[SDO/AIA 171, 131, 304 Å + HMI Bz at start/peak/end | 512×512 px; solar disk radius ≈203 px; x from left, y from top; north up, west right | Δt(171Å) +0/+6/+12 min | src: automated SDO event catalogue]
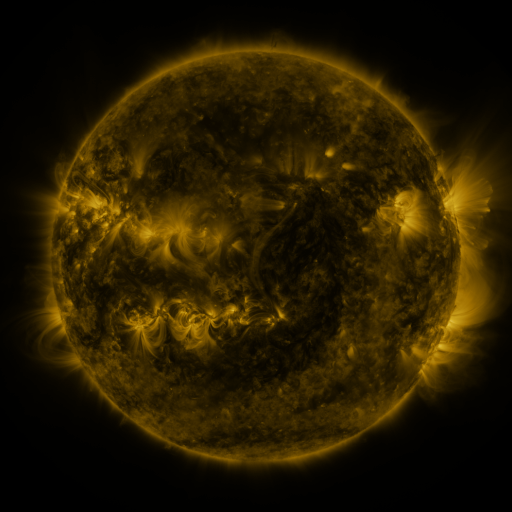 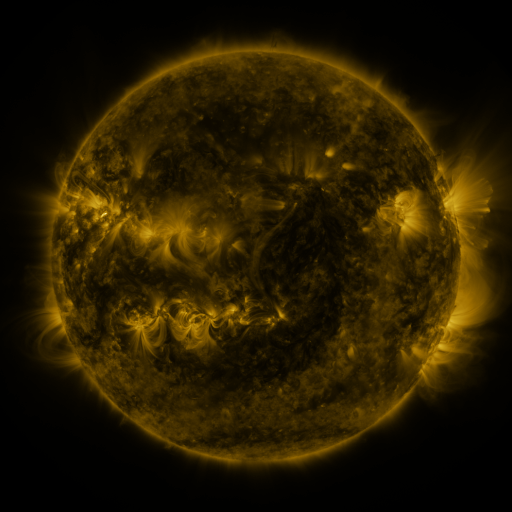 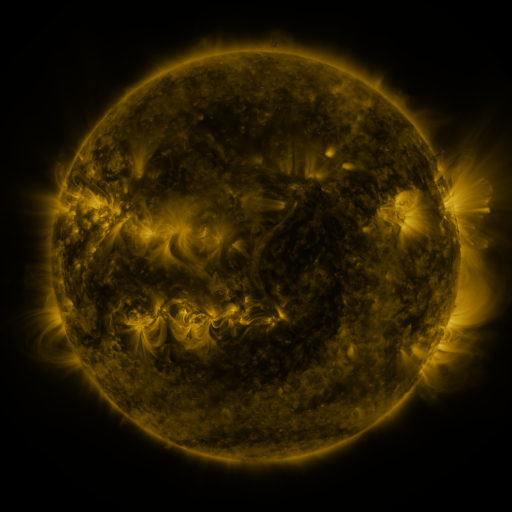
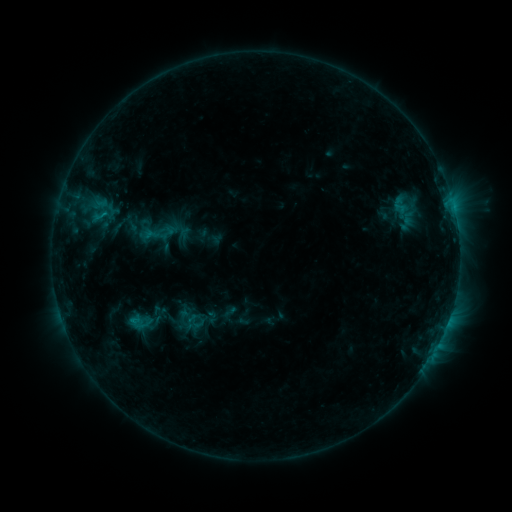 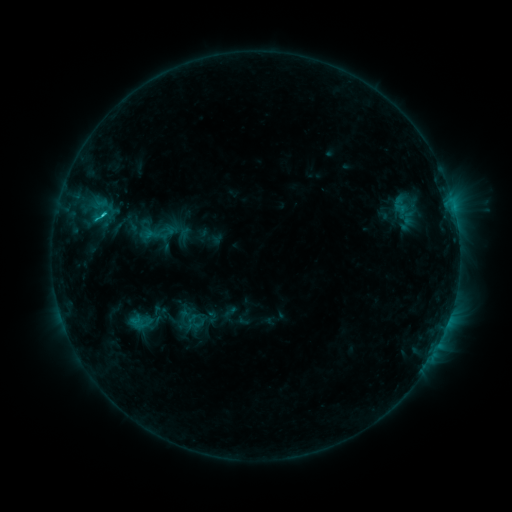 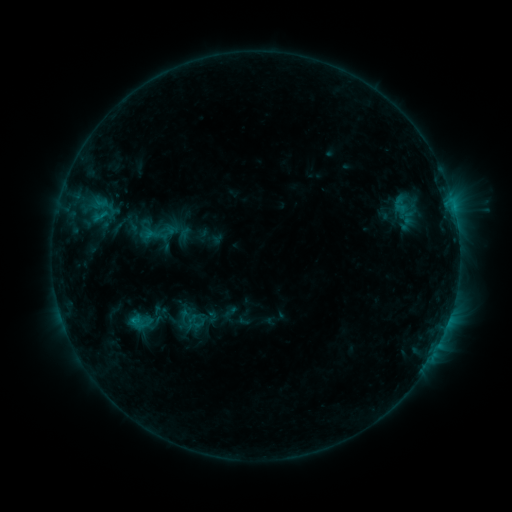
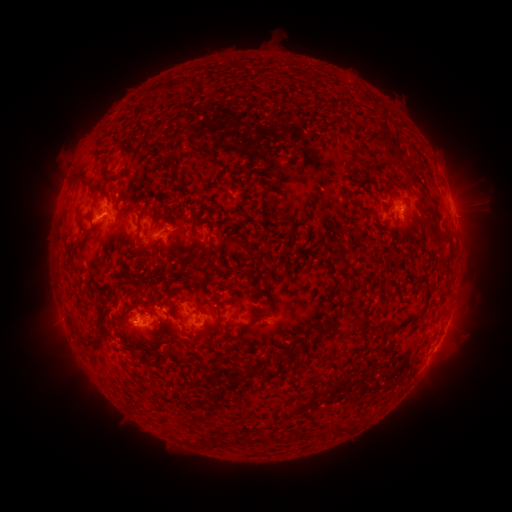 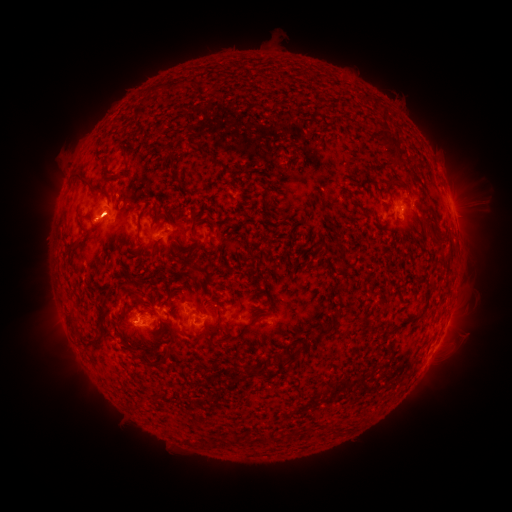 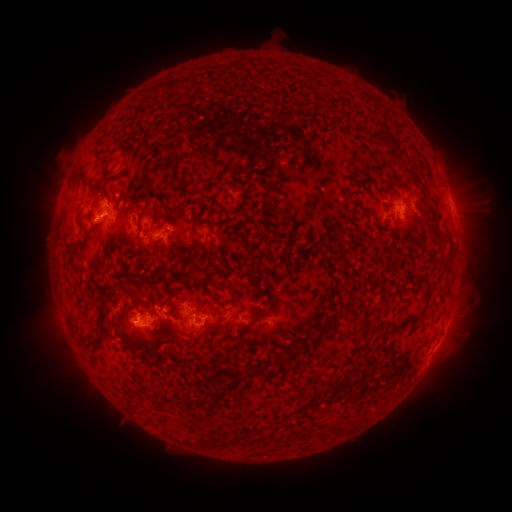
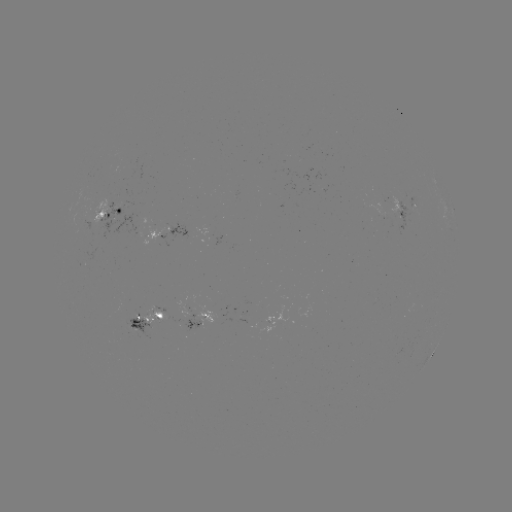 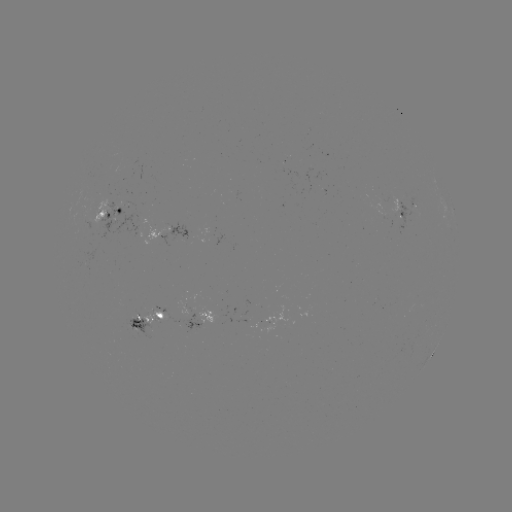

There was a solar flare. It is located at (400, 220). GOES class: C1.3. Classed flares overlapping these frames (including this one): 1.